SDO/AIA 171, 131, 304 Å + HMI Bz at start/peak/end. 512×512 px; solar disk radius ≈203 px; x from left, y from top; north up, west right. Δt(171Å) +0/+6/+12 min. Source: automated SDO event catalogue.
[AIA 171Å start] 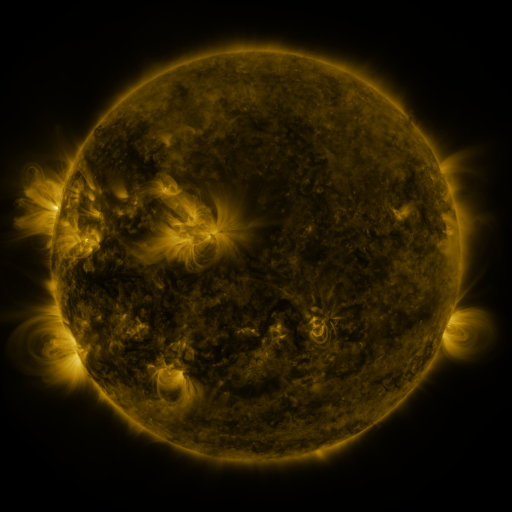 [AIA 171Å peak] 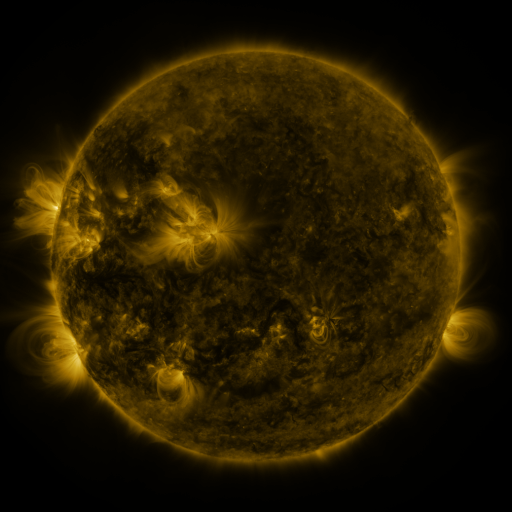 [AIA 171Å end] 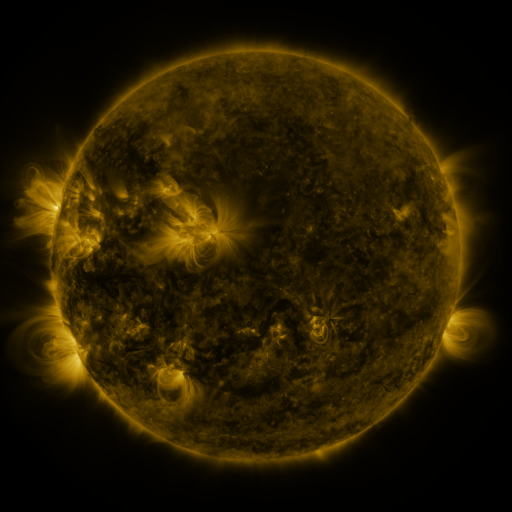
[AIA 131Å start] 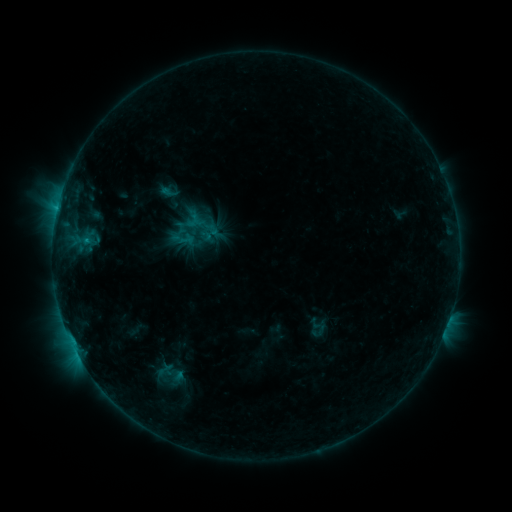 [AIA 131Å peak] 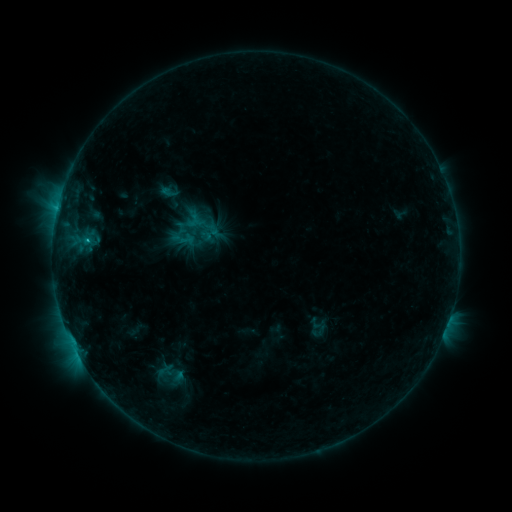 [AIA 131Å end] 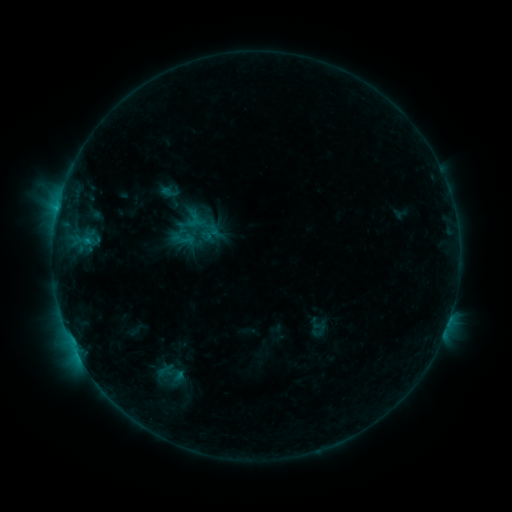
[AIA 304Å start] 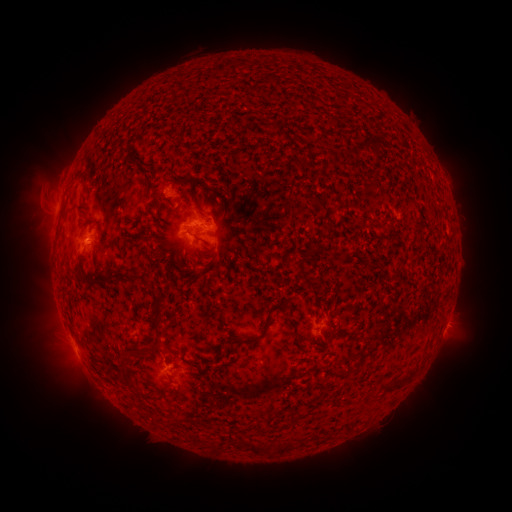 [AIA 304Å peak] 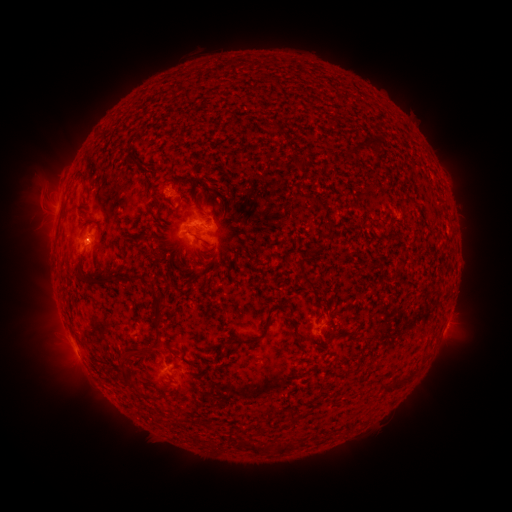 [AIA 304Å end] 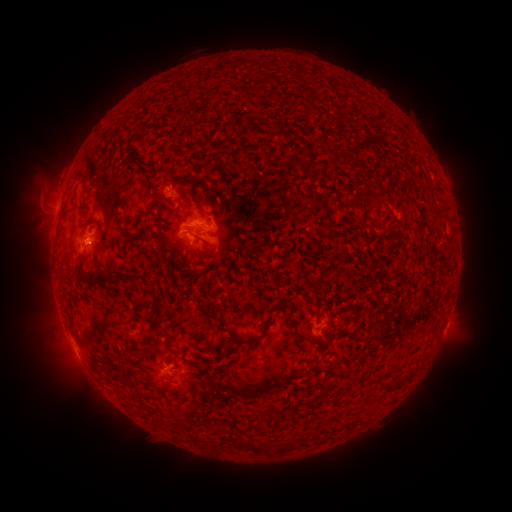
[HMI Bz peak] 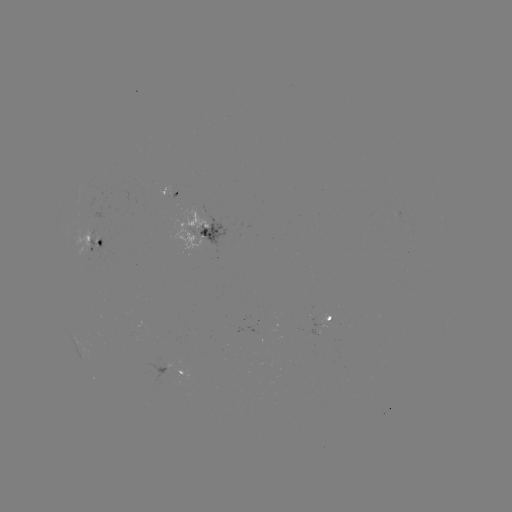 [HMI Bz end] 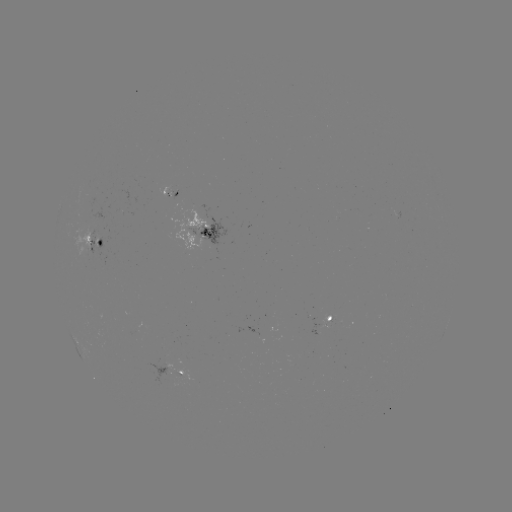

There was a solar flare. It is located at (90, 243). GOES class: C1.0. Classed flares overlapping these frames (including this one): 1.